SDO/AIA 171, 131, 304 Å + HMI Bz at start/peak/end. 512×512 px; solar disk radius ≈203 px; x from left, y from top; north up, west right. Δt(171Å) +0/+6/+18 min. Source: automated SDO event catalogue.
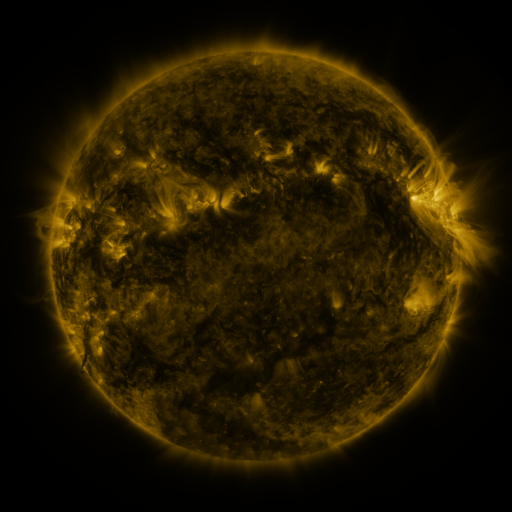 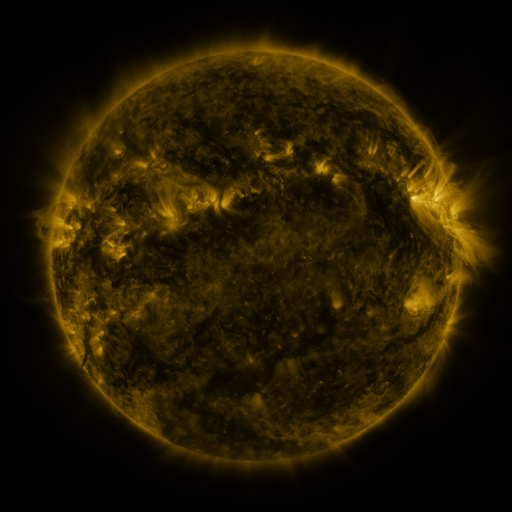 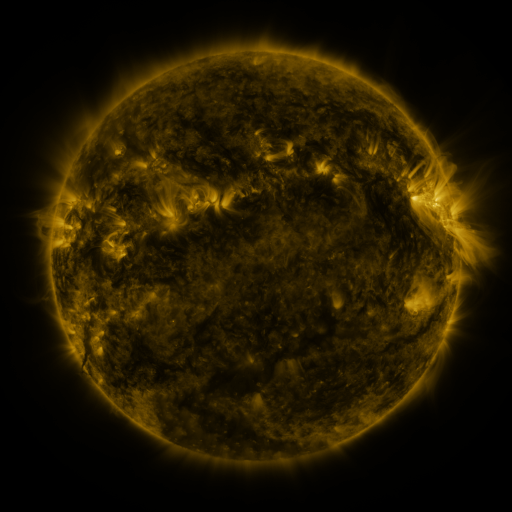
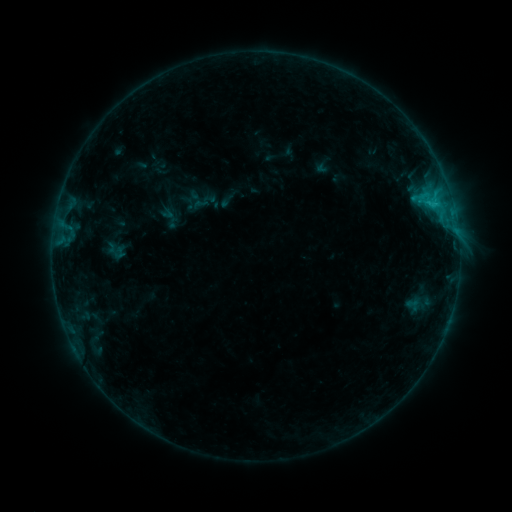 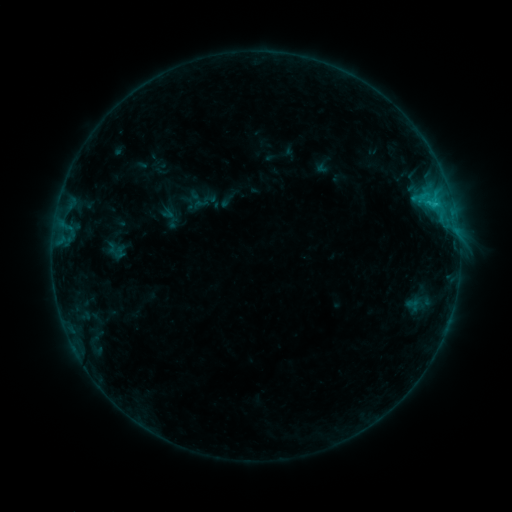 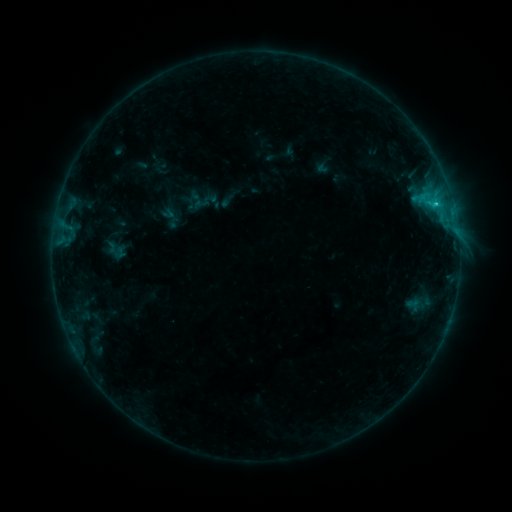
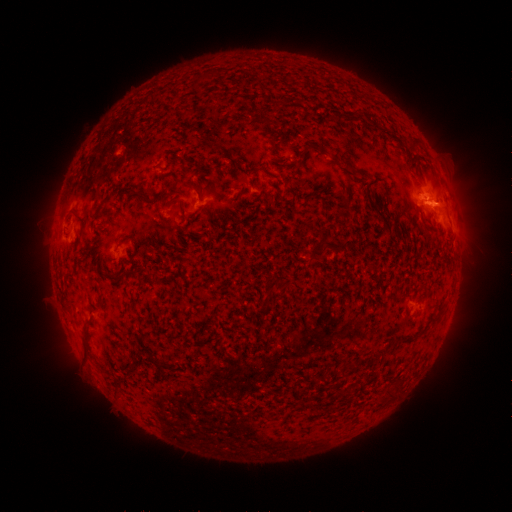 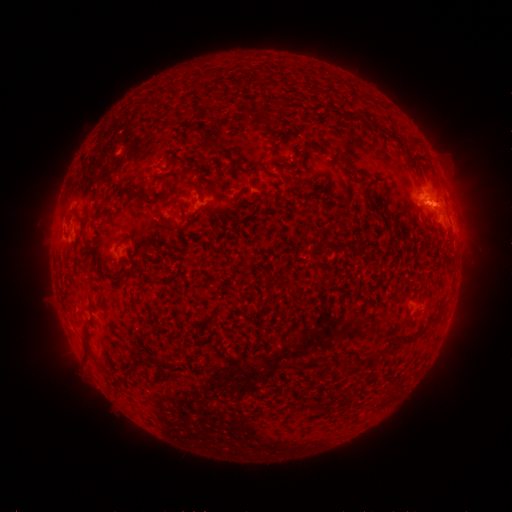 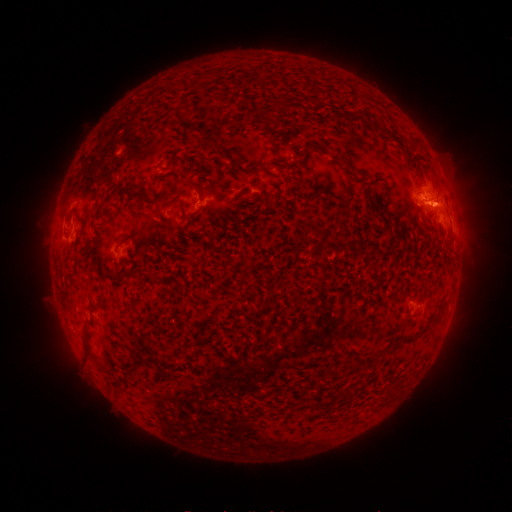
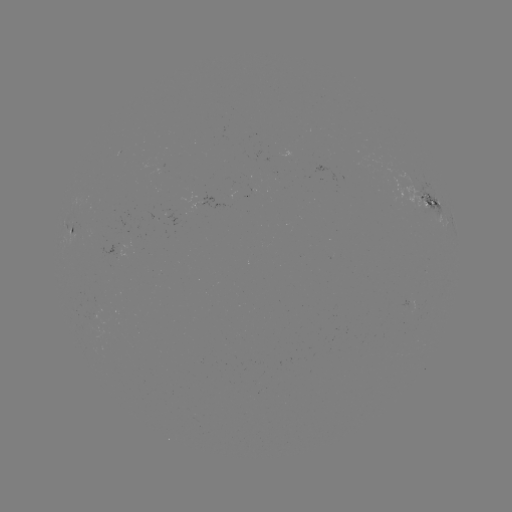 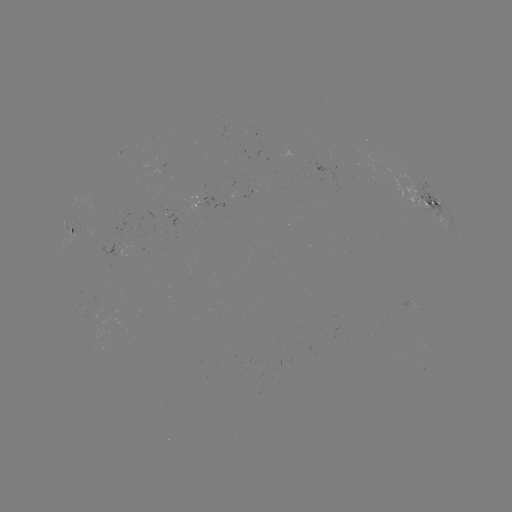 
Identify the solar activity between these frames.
C1.2 flare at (434, 203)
